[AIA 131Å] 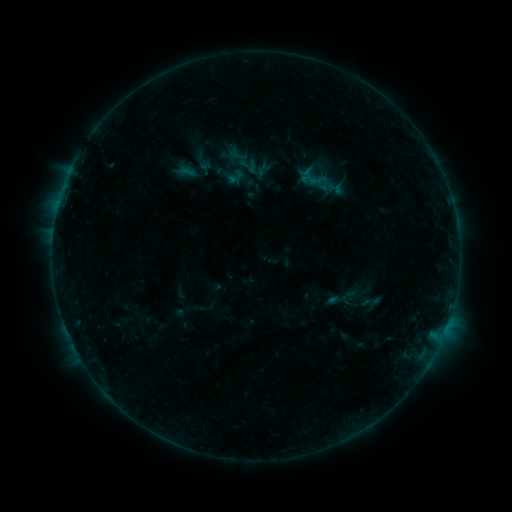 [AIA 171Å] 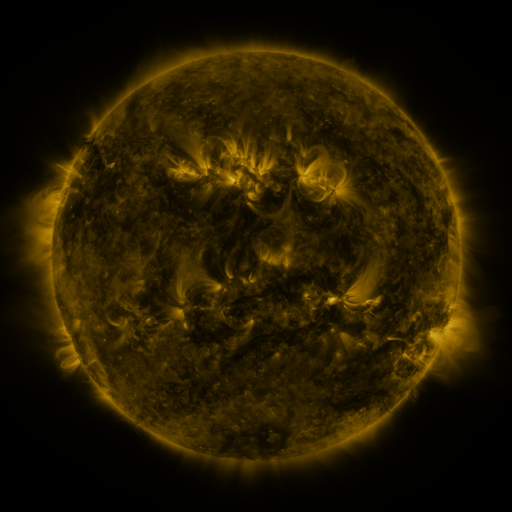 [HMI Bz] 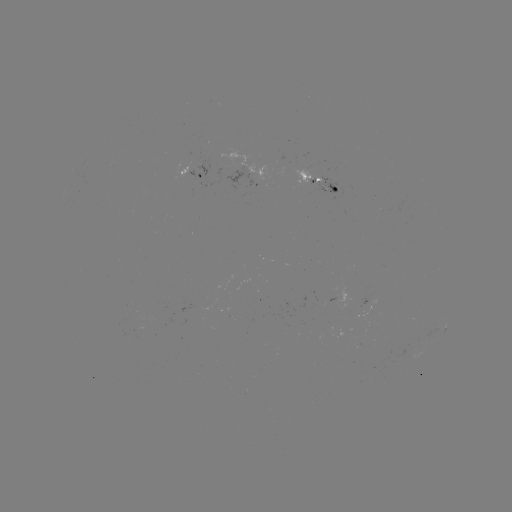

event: sigmoid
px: (247, 166)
